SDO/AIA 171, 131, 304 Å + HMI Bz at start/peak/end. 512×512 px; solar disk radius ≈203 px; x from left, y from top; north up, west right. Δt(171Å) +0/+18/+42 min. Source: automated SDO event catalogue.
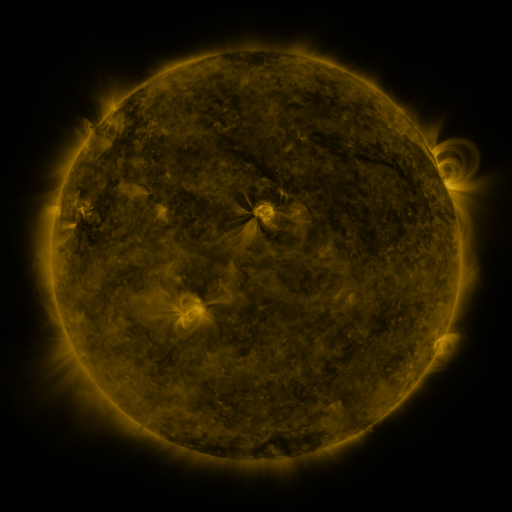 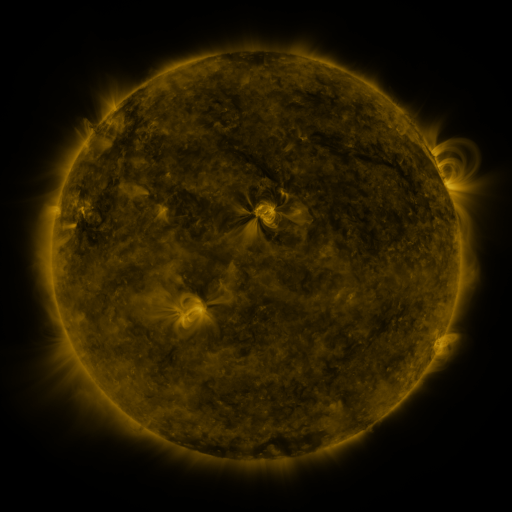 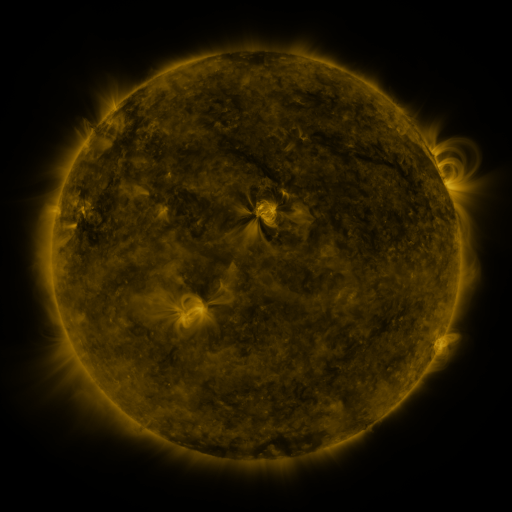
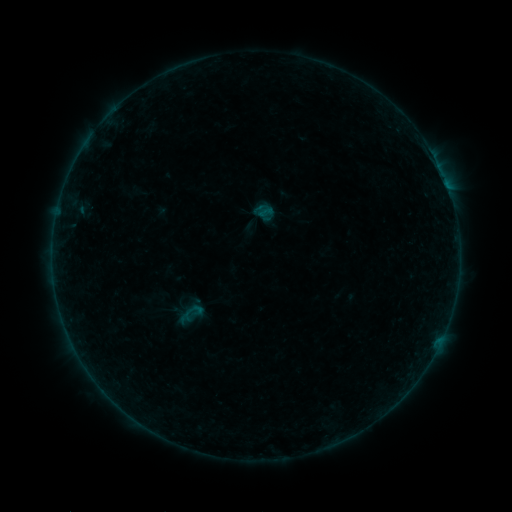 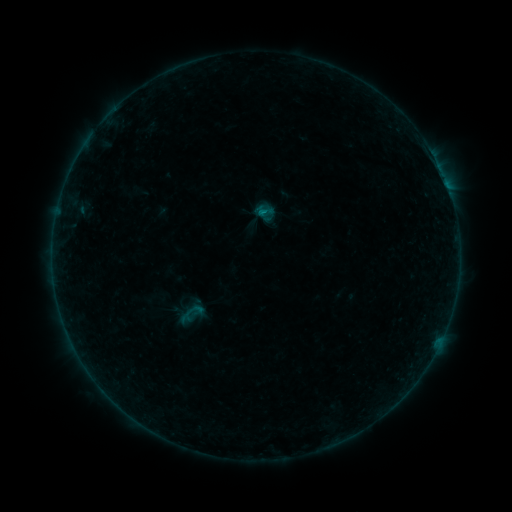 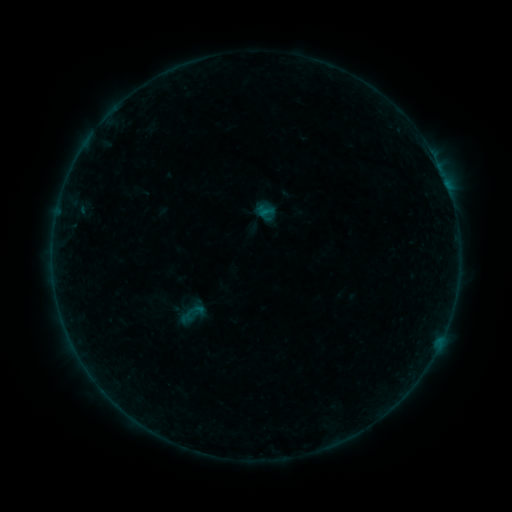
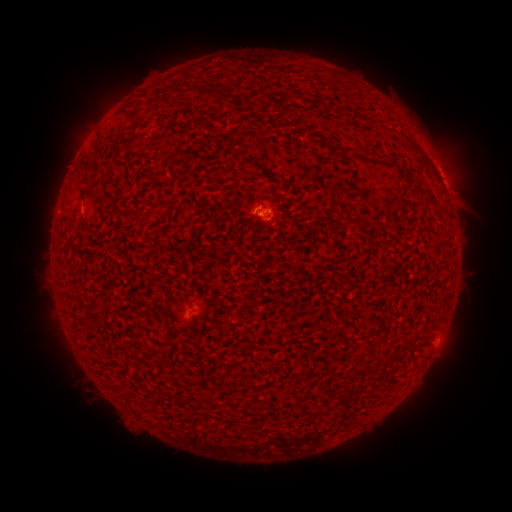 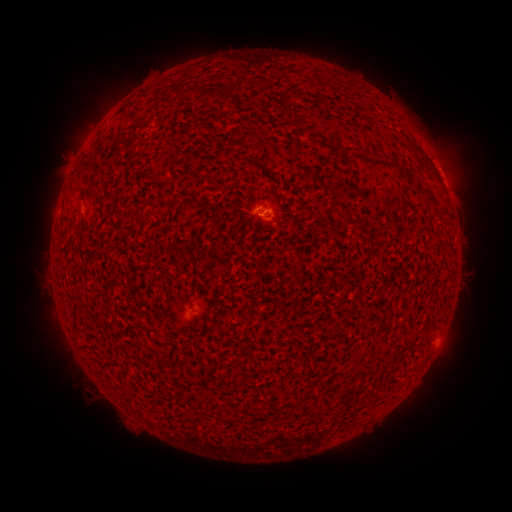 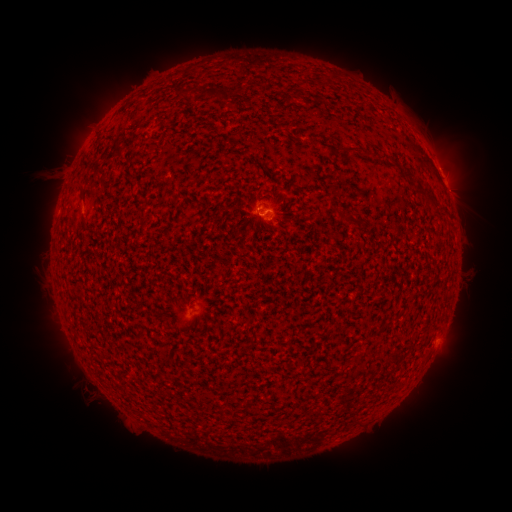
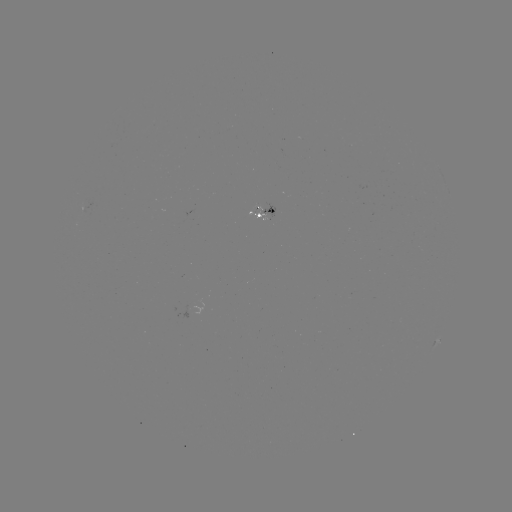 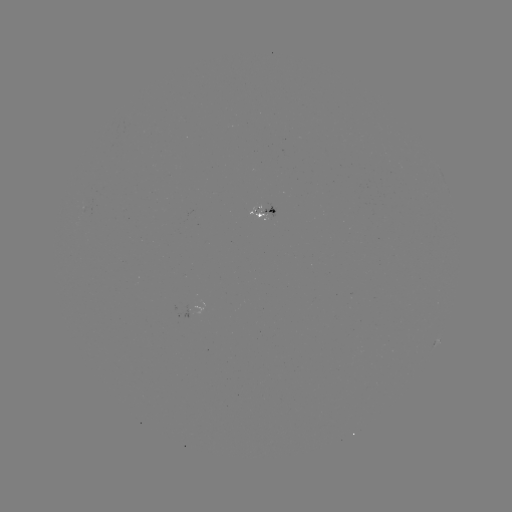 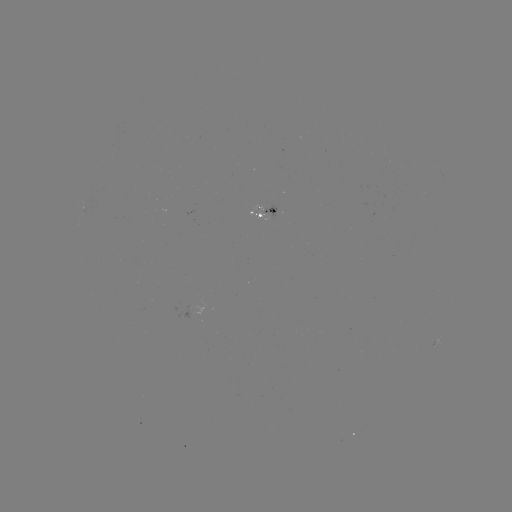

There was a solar eruption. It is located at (60, 164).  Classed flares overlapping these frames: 1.